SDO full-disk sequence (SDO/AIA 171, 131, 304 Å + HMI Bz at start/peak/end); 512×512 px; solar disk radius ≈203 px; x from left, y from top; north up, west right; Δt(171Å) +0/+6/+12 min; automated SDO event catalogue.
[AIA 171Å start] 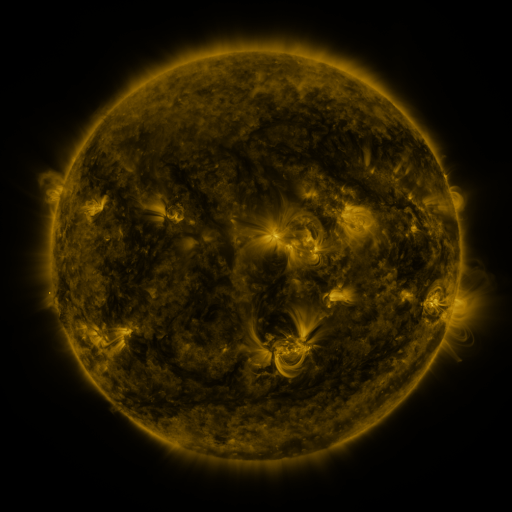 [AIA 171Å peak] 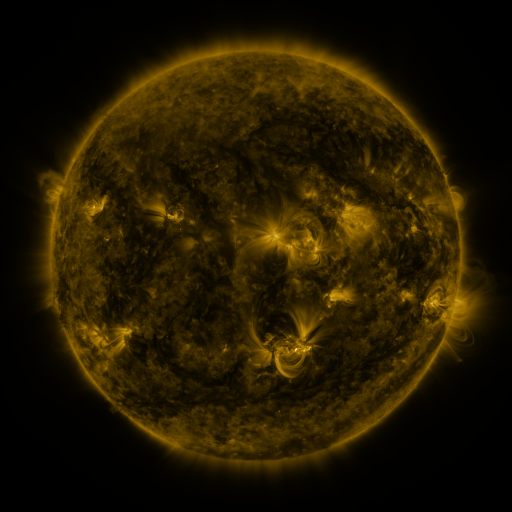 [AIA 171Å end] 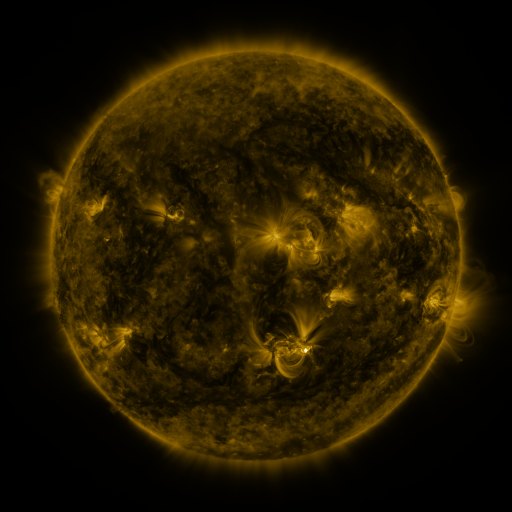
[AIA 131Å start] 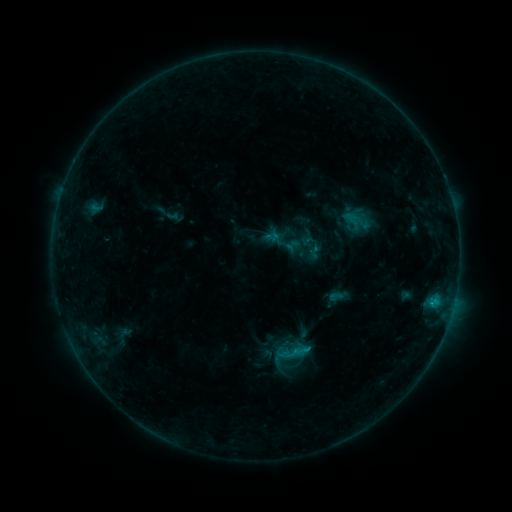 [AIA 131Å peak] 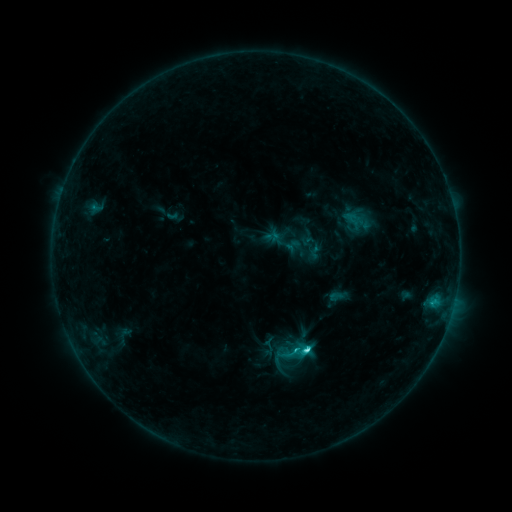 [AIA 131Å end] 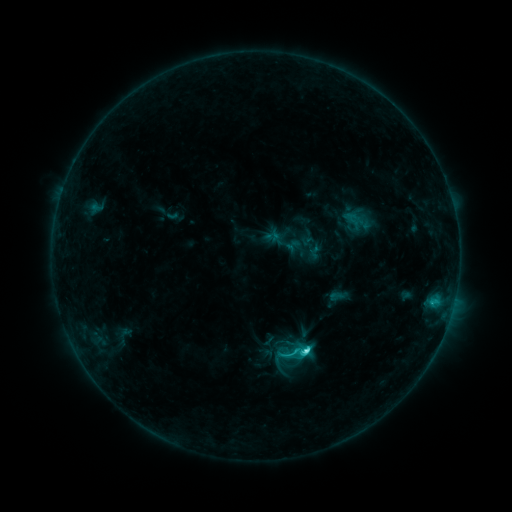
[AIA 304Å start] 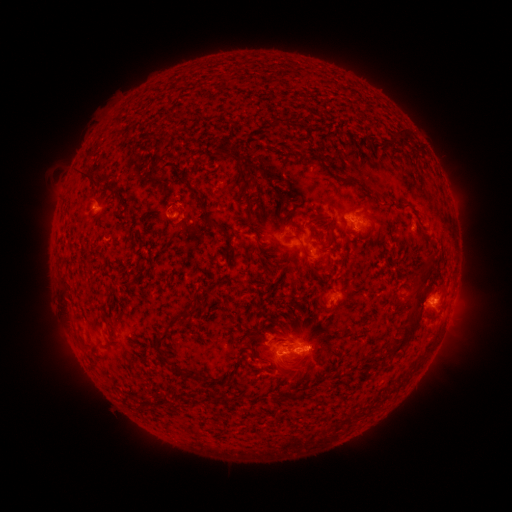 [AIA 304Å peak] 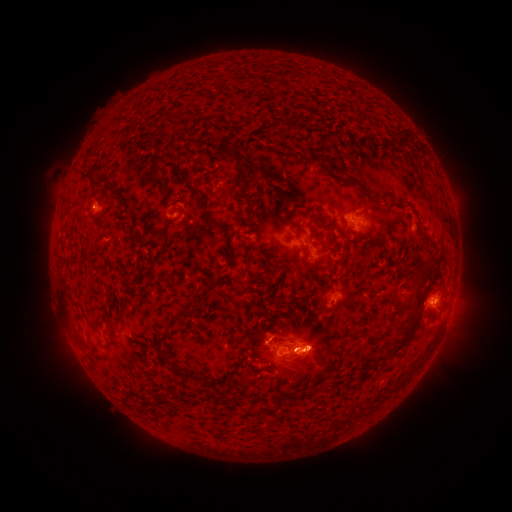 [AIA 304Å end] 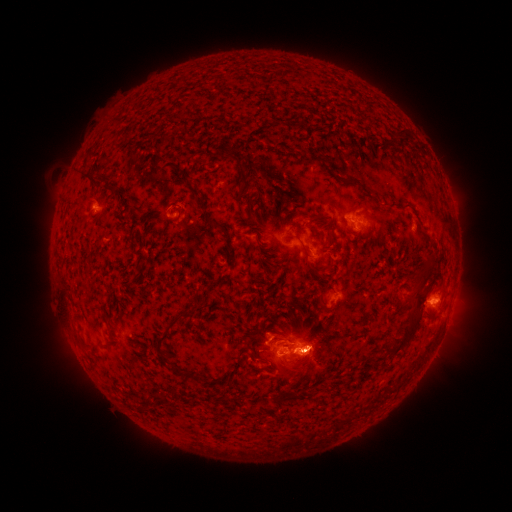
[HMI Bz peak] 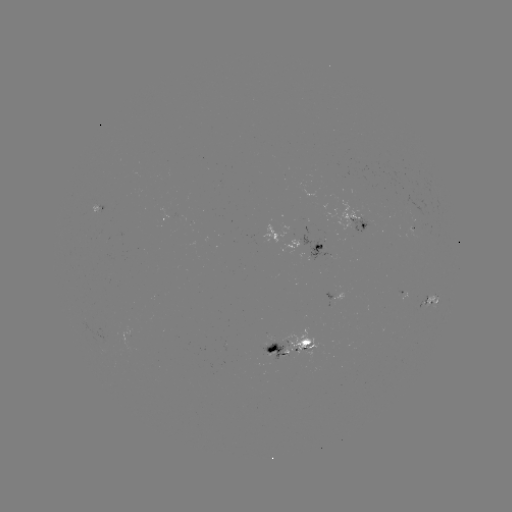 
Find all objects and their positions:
eruption: (312, 351)
